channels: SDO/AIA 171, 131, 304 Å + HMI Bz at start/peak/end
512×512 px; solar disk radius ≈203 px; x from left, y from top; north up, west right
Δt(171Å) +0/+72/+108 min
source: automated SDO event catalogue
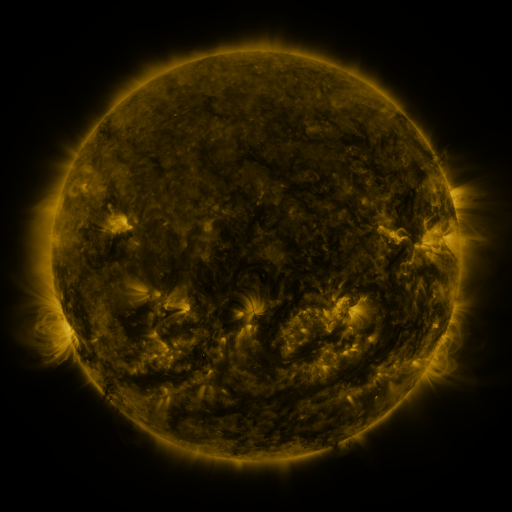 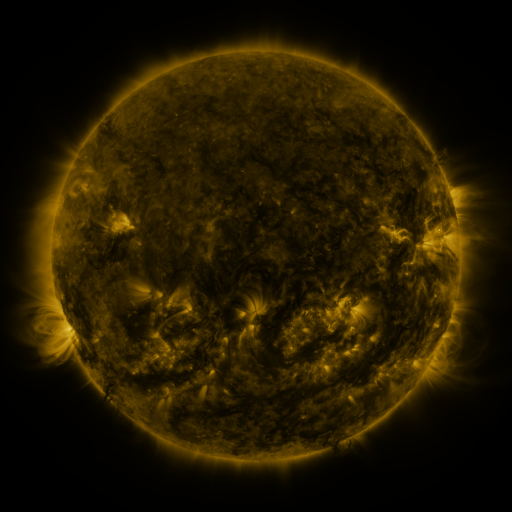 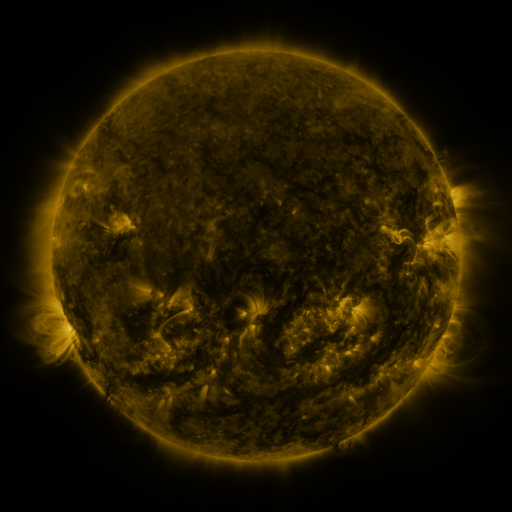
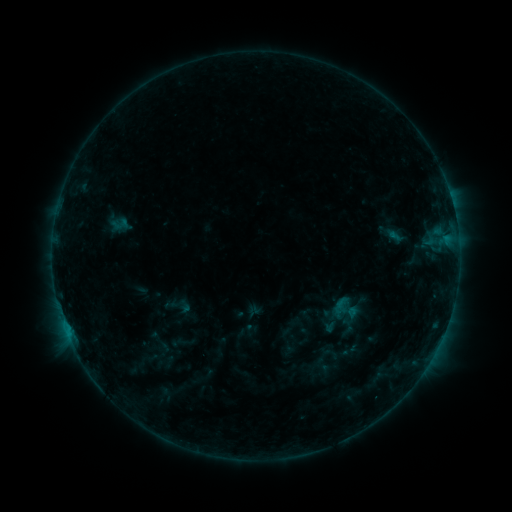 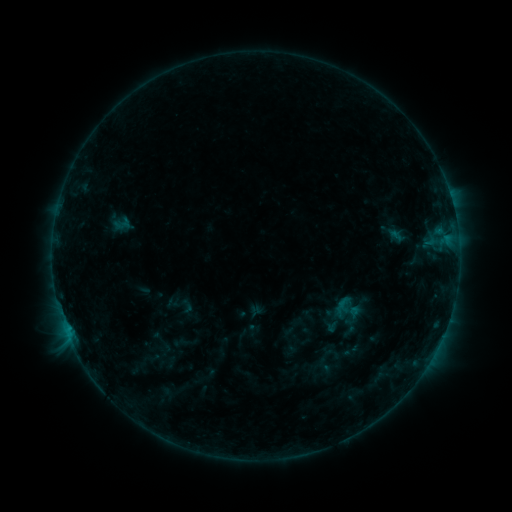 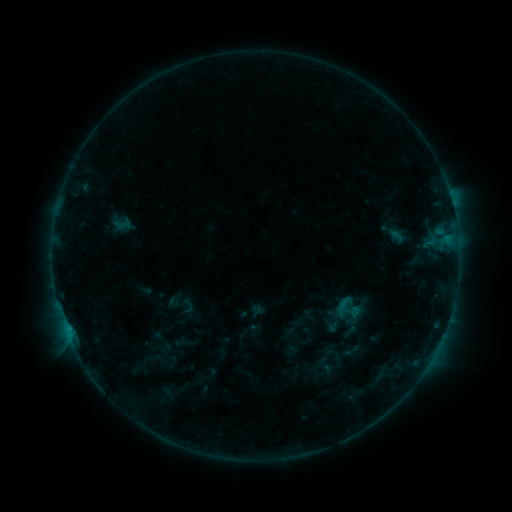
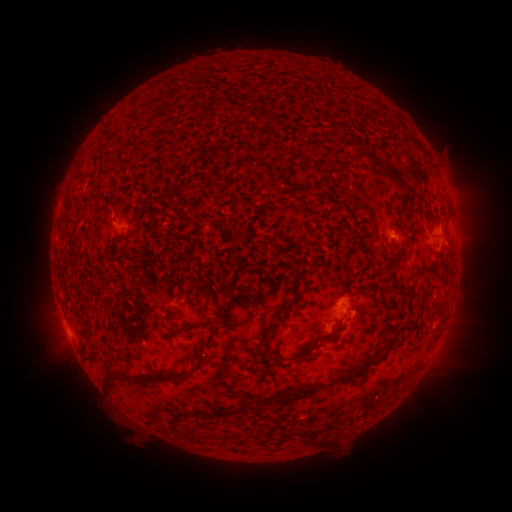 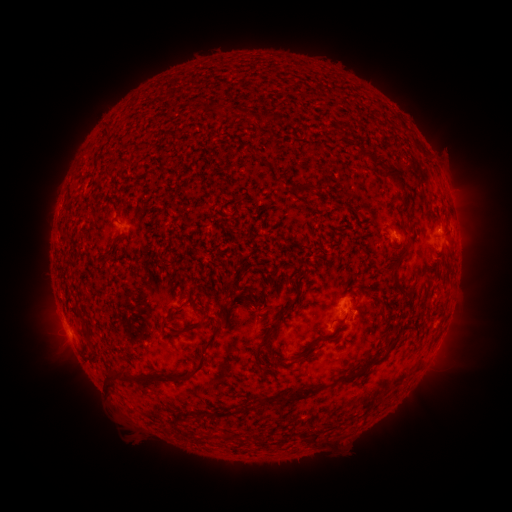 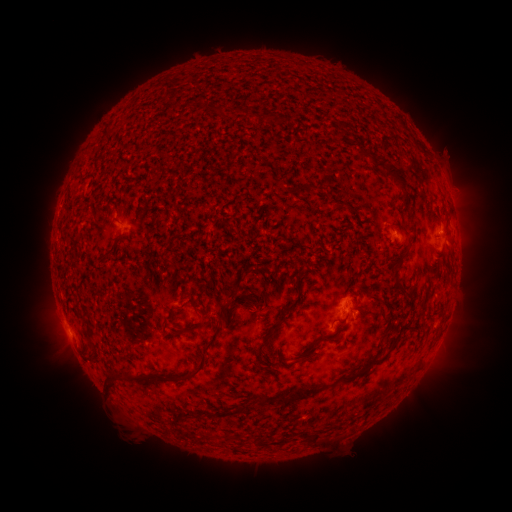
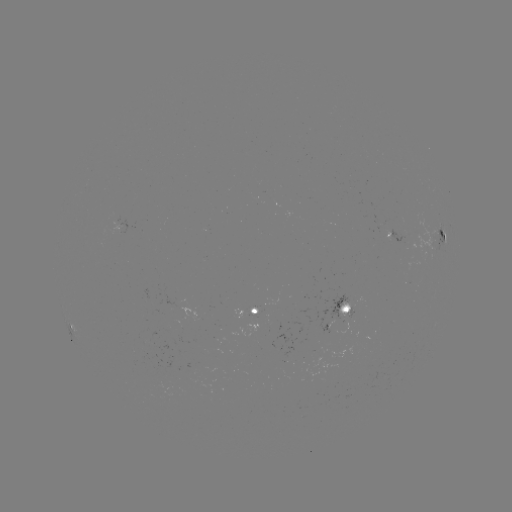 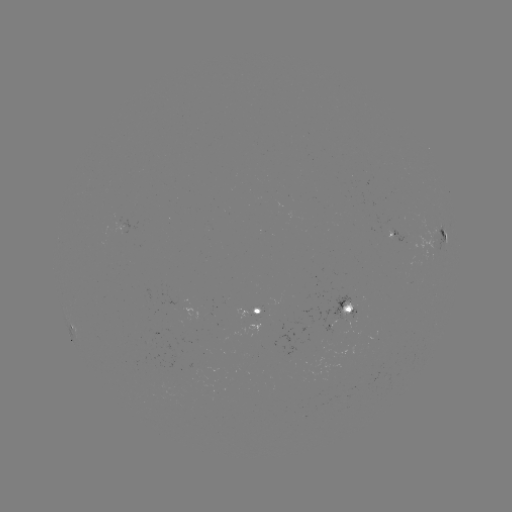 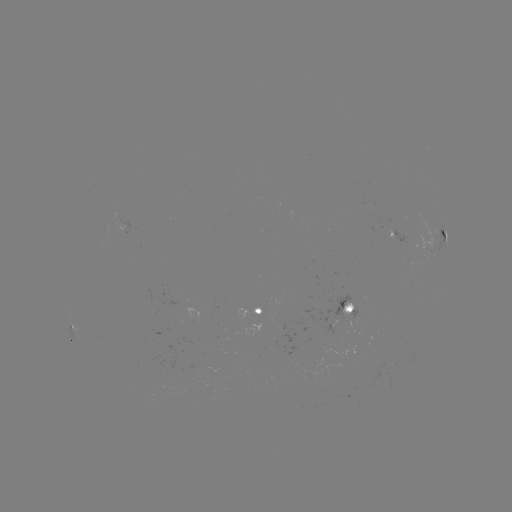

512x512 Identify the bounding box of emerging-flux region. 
[239, 319, 262, 336].